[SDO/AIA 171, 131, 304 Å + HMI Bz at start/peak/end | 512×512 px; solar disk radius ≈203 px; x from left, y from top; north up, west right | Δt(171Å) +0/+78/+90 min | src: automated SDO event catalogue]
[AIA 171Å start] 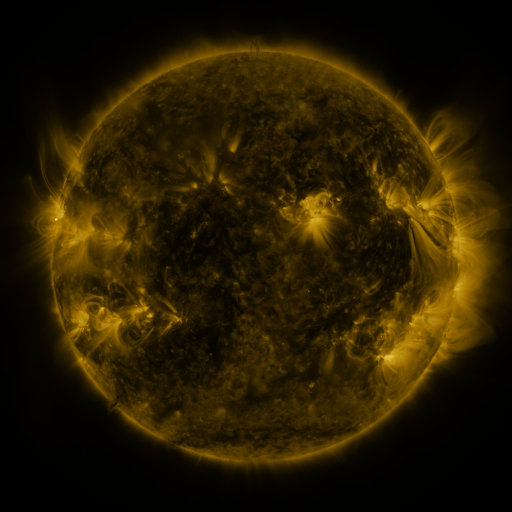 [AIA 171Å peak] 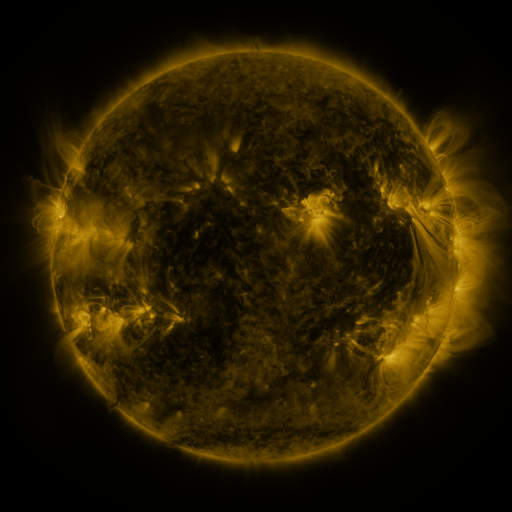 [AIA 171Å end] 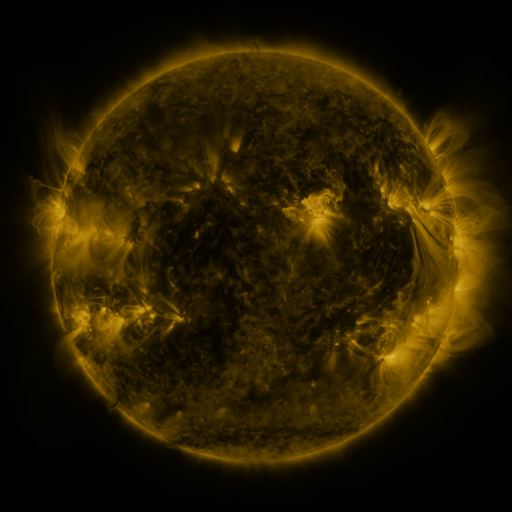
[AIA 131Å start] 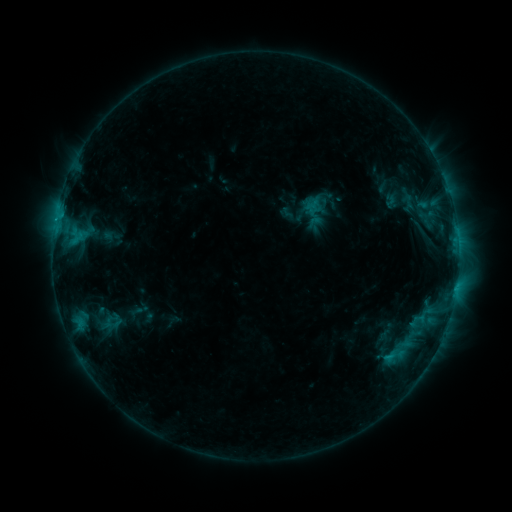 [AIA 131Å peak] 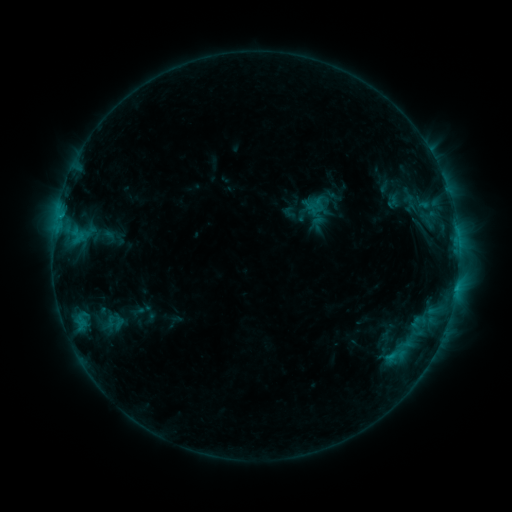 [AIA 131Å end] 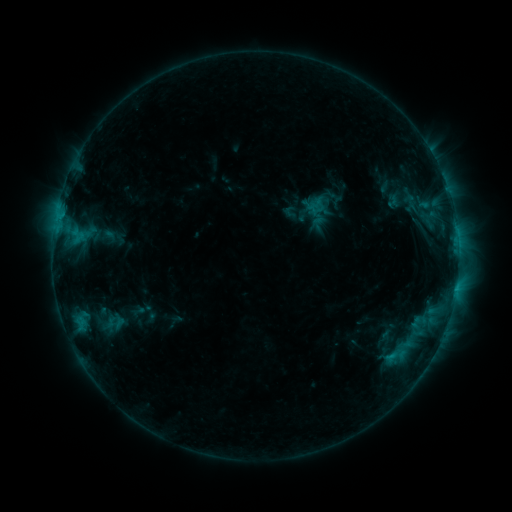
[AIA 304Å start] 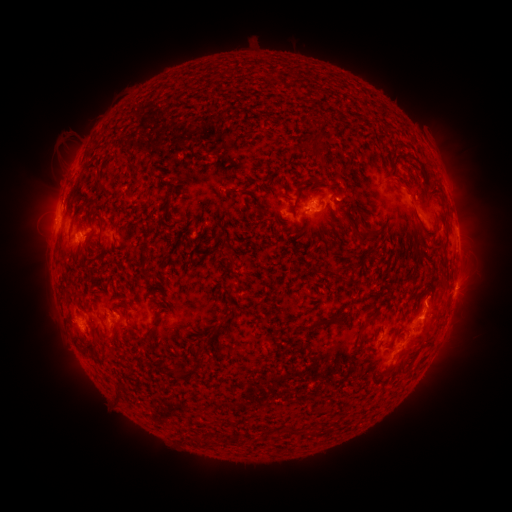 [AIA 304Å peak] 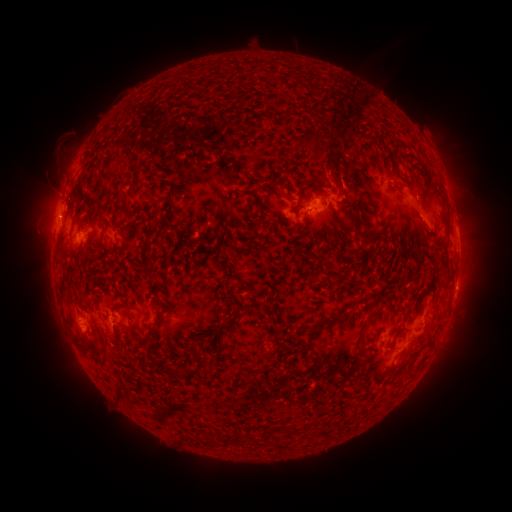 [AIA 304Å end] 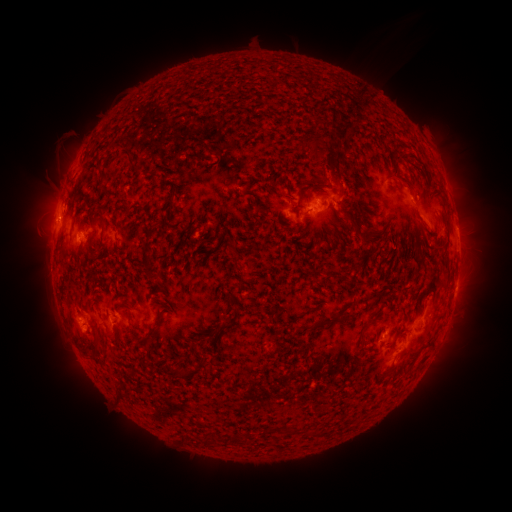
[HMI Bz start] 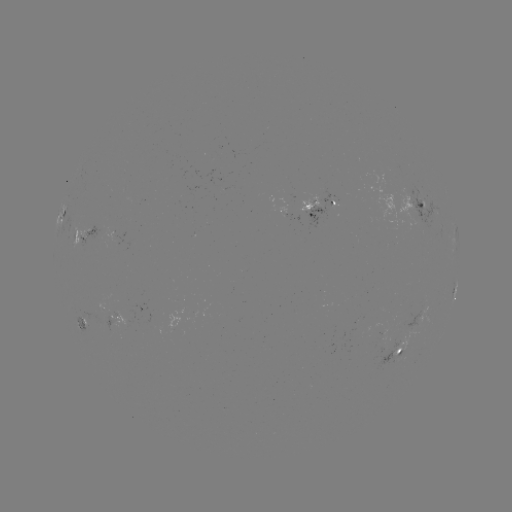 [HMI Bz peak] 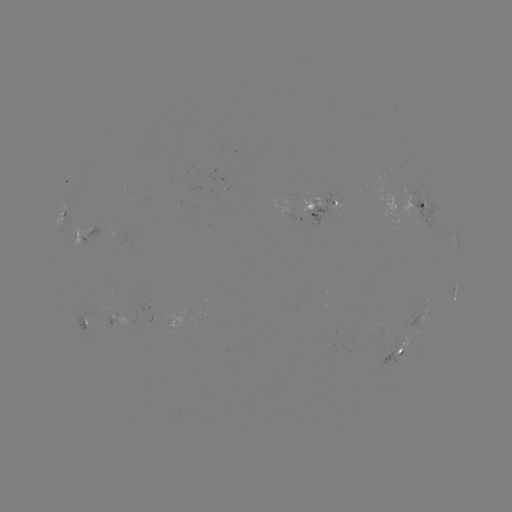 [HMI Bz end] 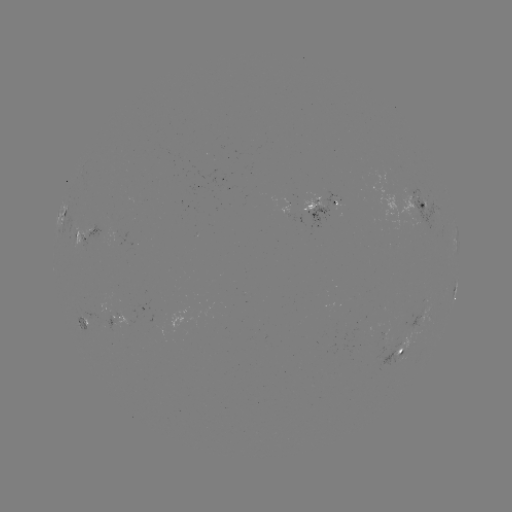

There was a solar emerging-flux region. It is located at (102, 314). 